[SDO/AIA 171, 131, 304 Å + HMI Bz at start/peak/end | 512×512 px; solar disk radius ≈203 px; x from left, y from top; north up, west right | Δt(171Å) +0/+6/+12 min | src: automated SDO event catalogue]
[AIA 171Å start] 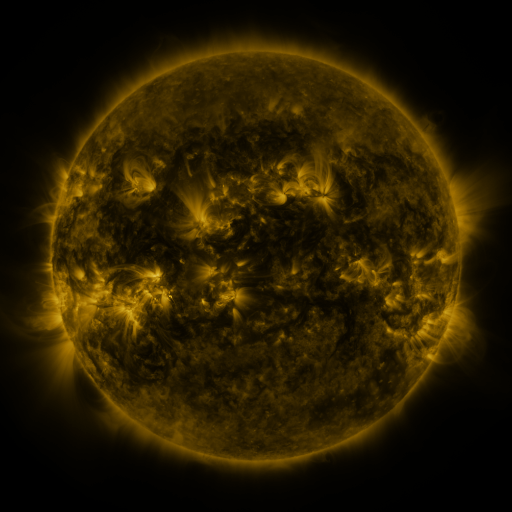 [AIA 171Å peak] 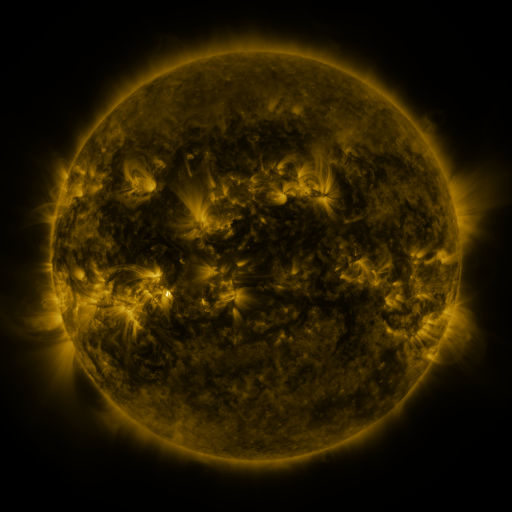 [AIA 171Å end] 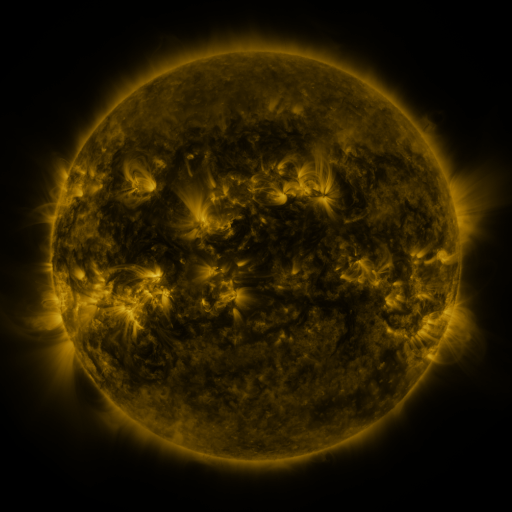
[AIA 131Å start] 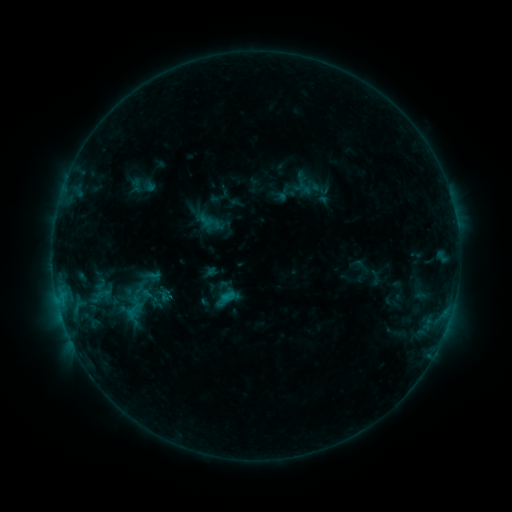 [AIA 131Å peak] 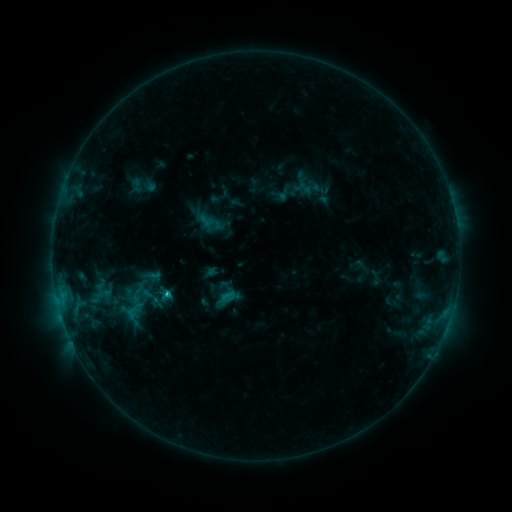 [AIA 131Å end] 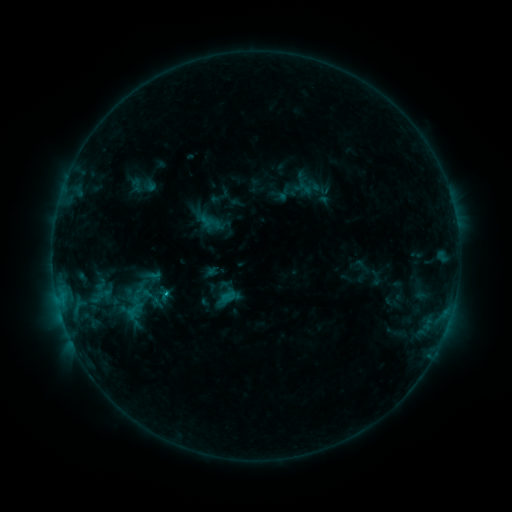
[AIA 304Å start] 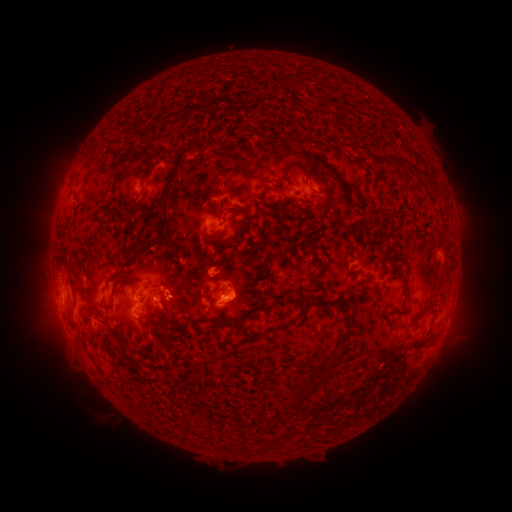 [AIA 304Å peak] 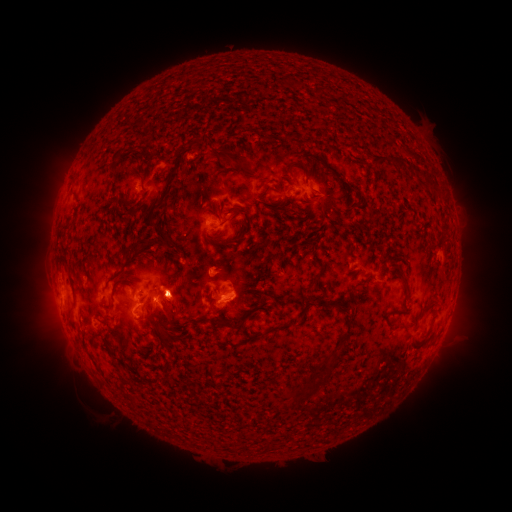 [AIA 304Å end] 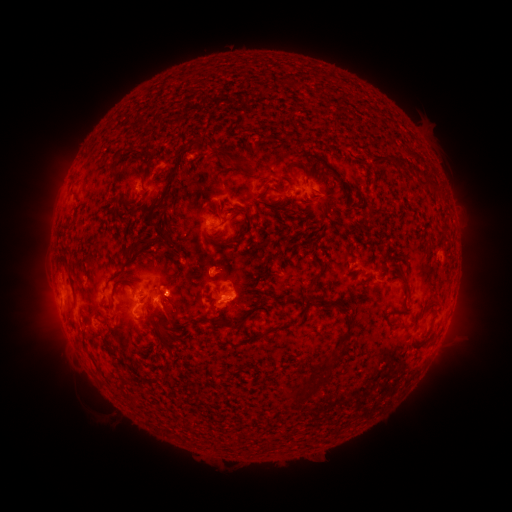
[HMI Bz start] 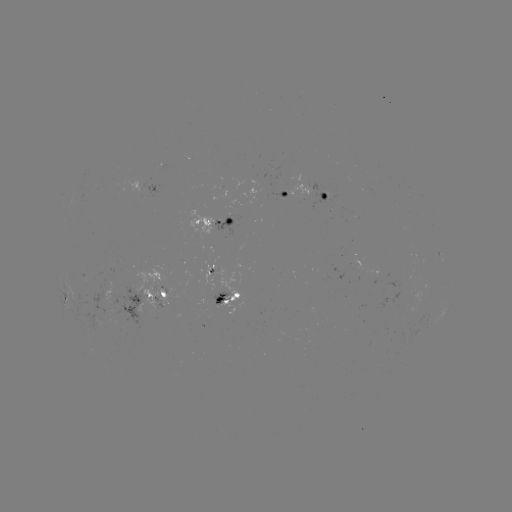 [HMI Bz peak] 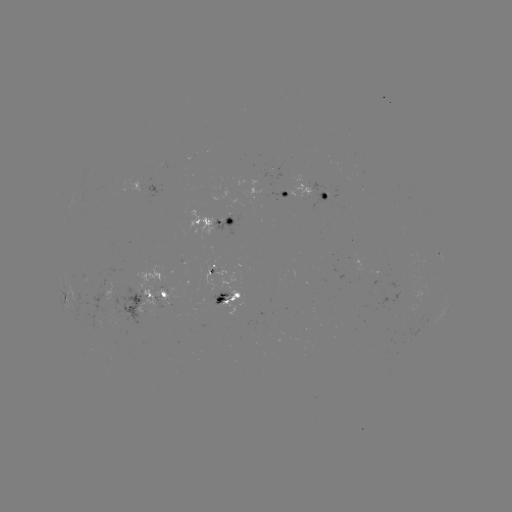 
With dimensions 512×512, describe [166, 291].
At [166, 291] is C1.3 flare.